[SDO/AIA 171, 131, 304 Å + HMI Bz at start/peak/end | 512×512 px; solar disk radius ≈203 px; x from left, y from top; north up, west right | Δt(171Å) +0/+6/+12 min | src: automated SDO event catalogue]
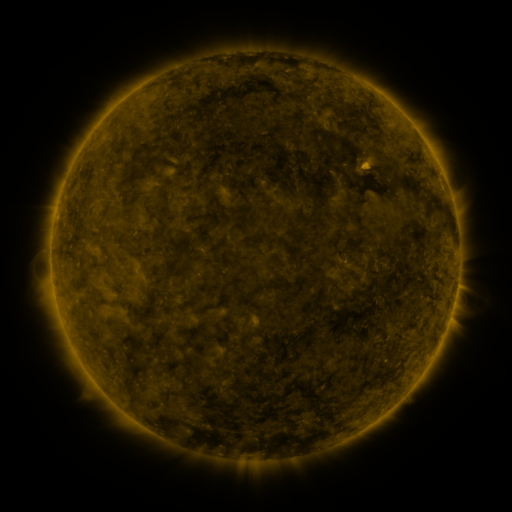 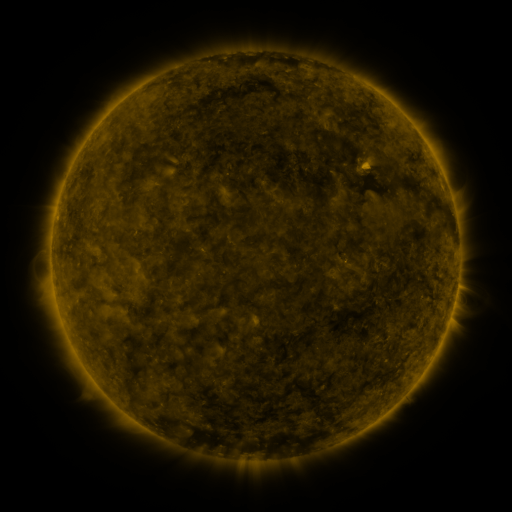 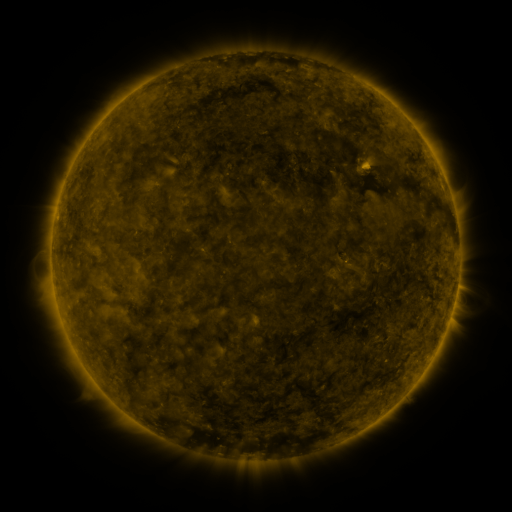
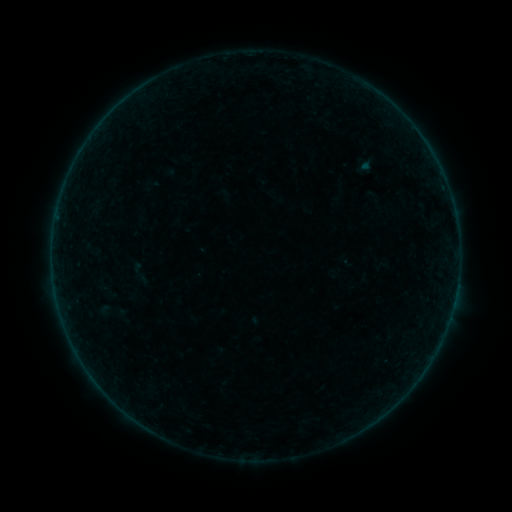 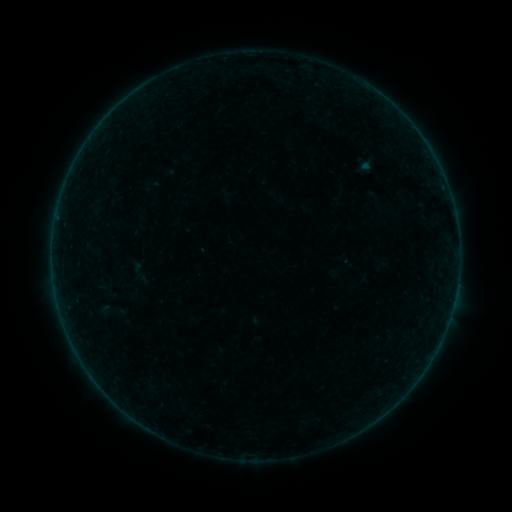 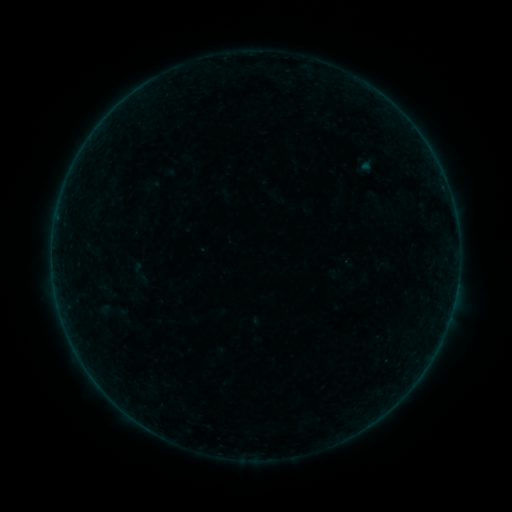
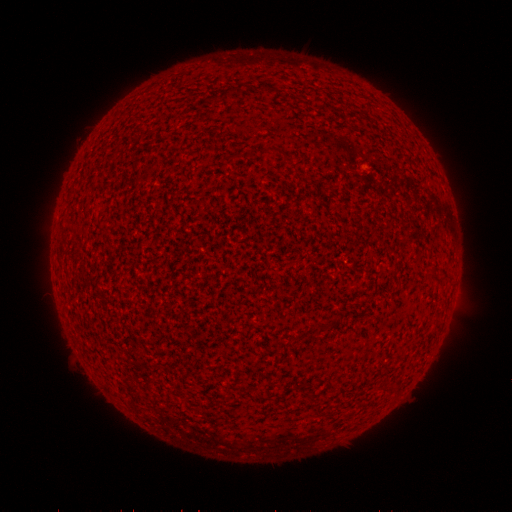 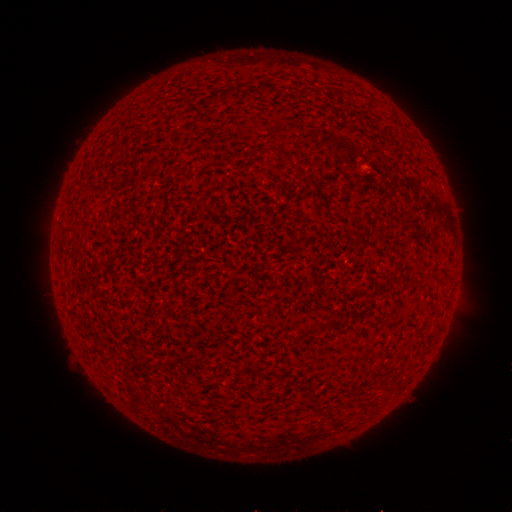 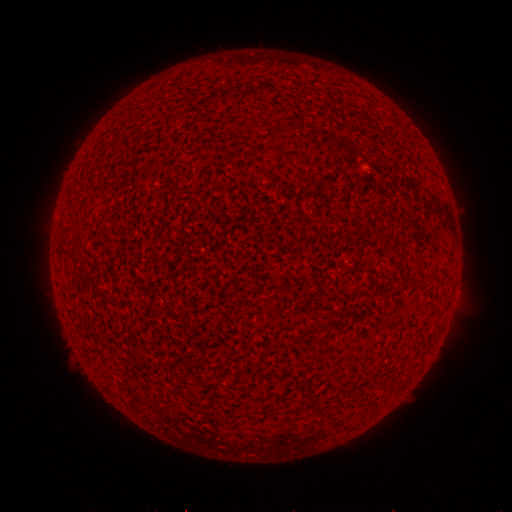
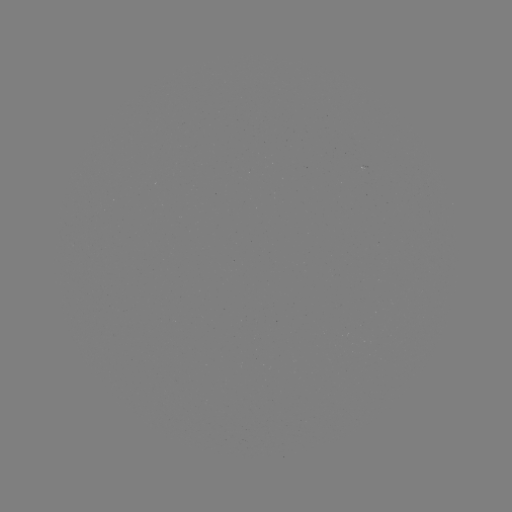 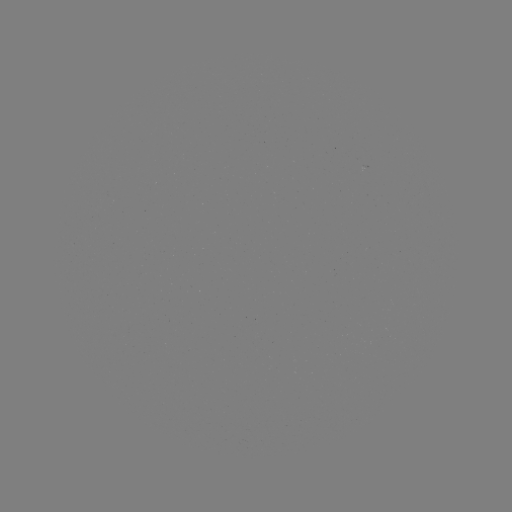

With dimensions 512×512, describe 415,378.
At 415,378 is A2.3 flare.